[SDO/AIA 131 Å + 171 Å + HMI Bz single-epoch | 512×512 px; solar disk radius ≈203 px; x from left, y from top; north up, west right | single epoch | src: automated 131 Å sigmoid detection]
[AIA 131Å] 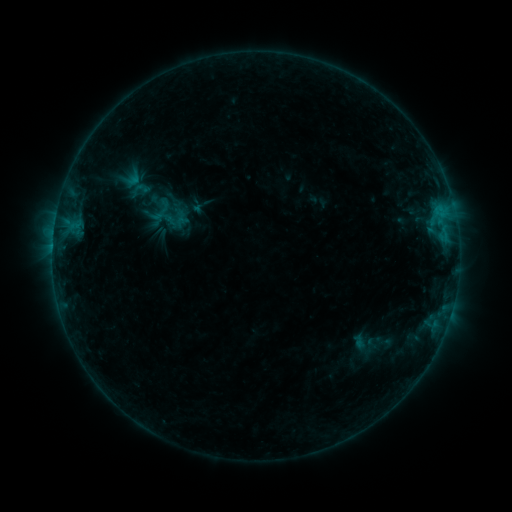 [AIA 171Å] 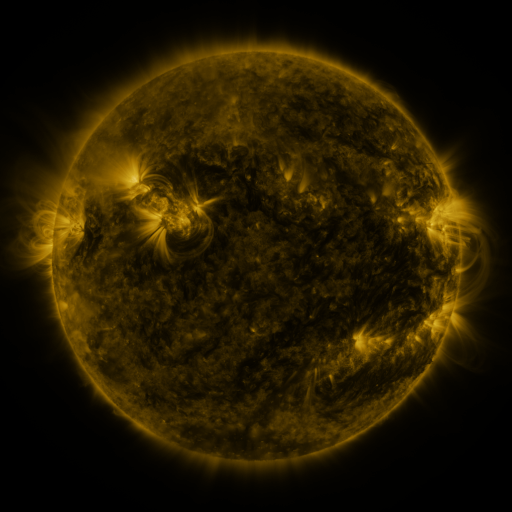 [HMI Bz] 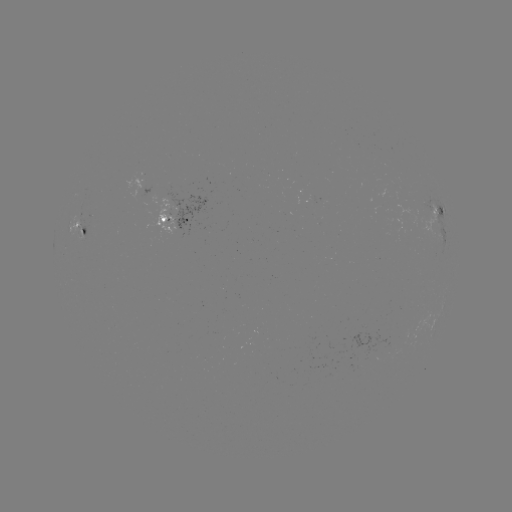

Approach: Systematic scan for sigmoid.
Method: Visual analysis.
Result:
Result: sigmoid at (140, 189).